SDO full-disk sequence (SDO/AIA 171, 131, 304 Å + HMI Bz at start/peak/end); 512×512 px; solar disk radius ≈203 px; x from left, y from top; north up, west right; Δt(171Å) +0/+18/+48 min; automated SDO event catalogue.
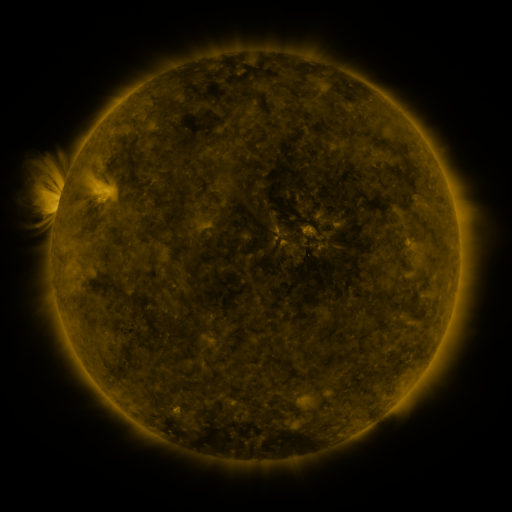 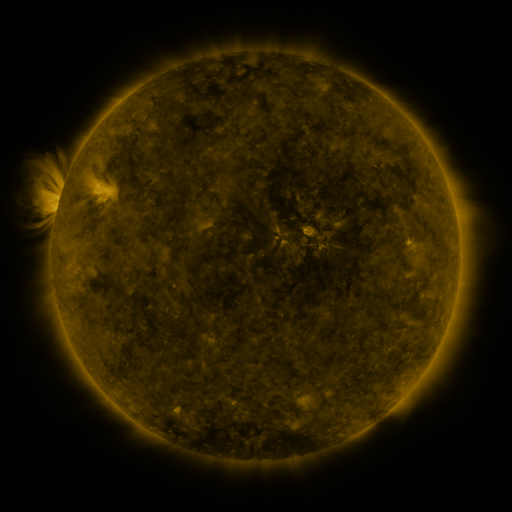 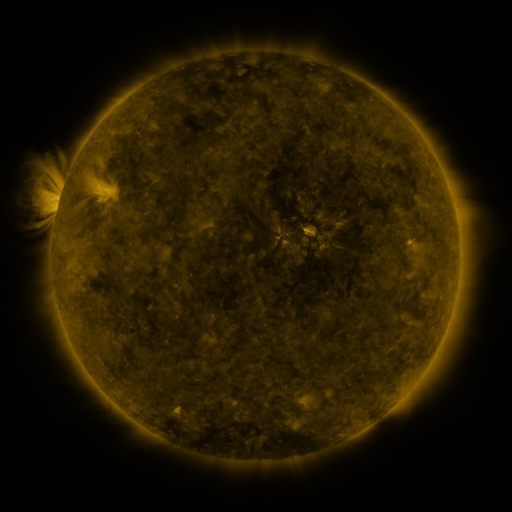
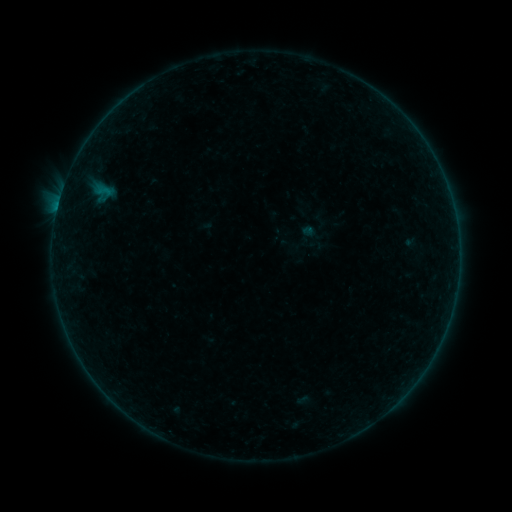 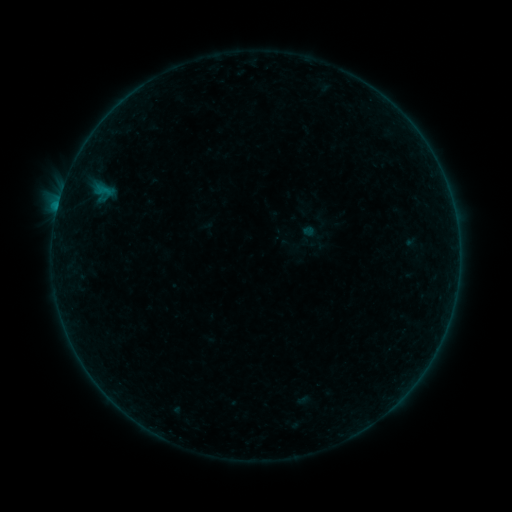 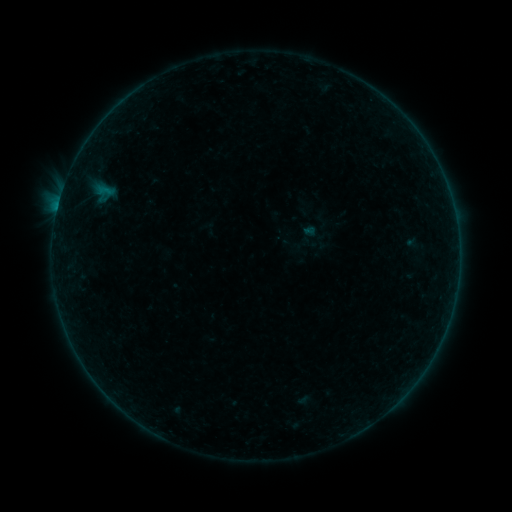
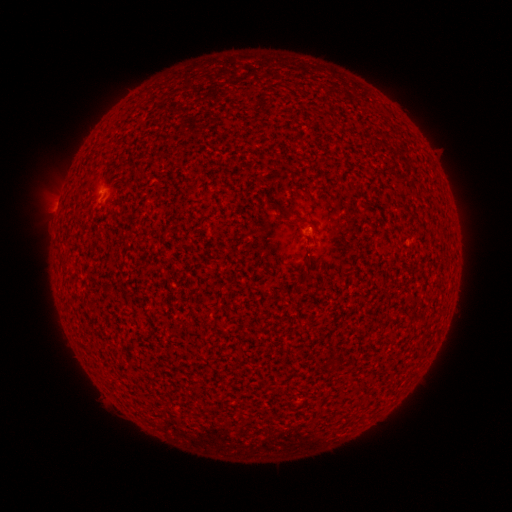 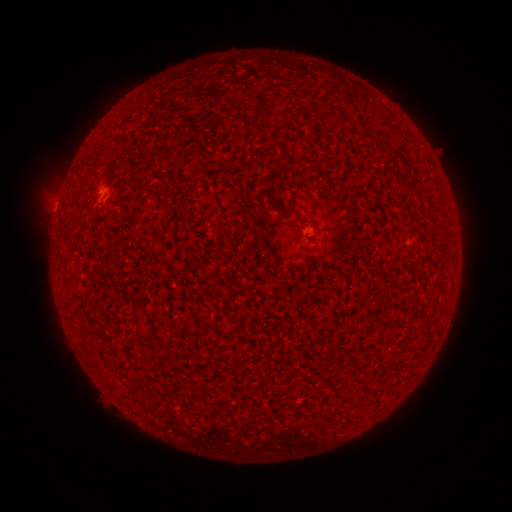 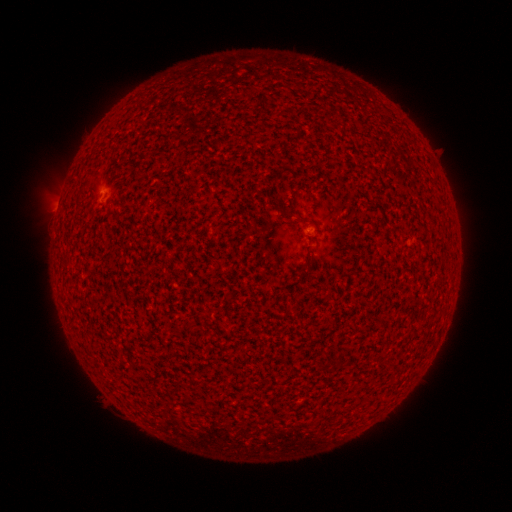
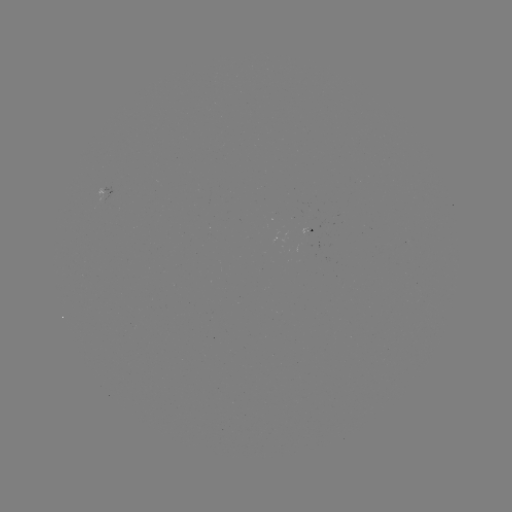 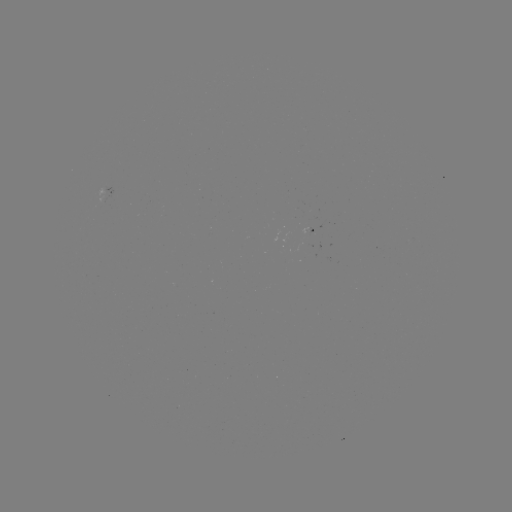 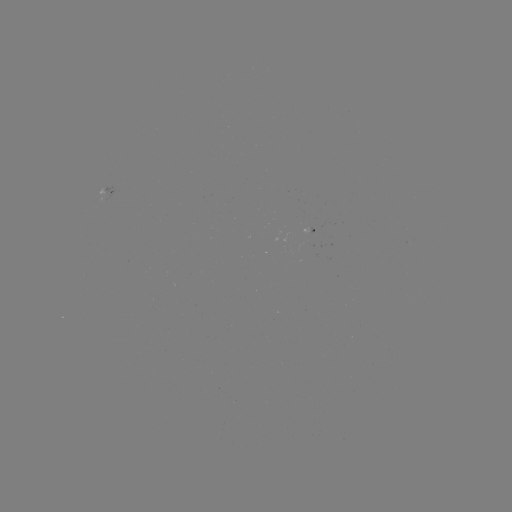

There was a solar flare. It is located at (58, 206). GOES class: B1.9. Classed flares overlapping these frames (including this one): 2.